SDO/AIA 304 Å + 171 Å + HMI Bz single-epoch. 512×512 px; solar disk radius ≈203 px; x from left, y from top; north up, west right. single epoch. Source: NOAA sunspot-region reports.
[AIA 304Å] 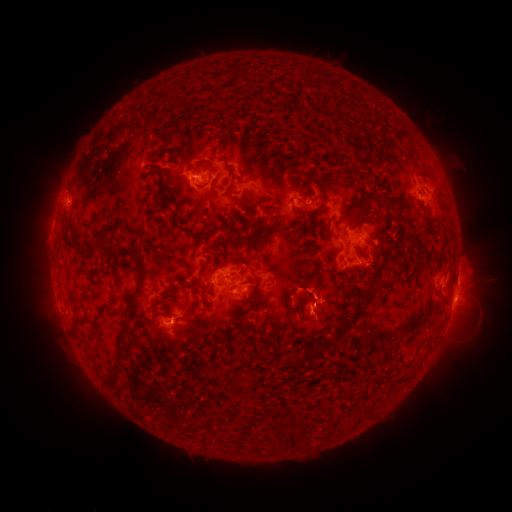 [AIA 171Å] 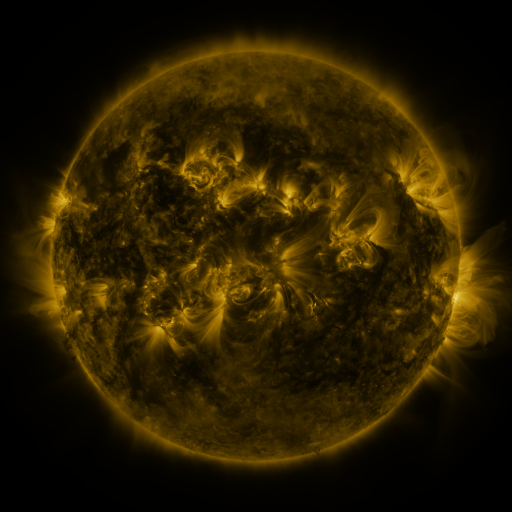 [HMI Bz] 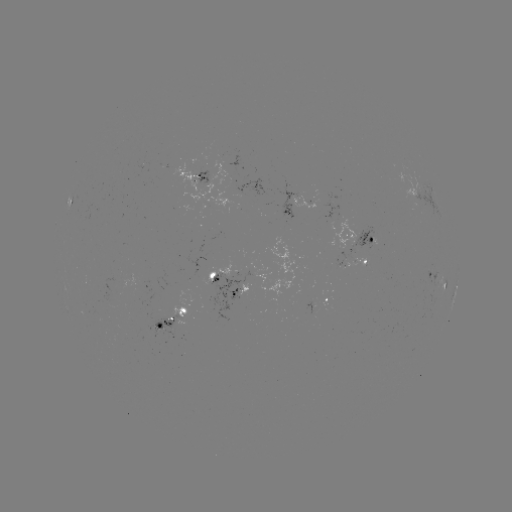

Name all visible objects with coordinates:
spotted active region: (201, 176)
spotted active region: (301, 206)
spotted active region: (354, 240)
spotted active region: (360, 258)
spotted active region: (218, 280)
spotted active region: (436, 280)
spotted active region: (235, 290)
spotted active region: (454, 292)
spotted active region: (318, 298)
spotted active region: (174, 320)
